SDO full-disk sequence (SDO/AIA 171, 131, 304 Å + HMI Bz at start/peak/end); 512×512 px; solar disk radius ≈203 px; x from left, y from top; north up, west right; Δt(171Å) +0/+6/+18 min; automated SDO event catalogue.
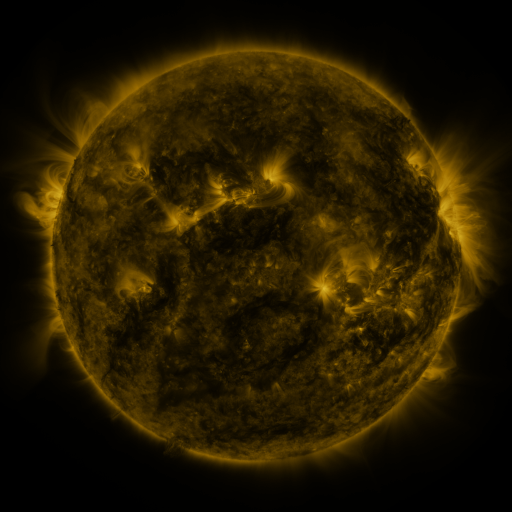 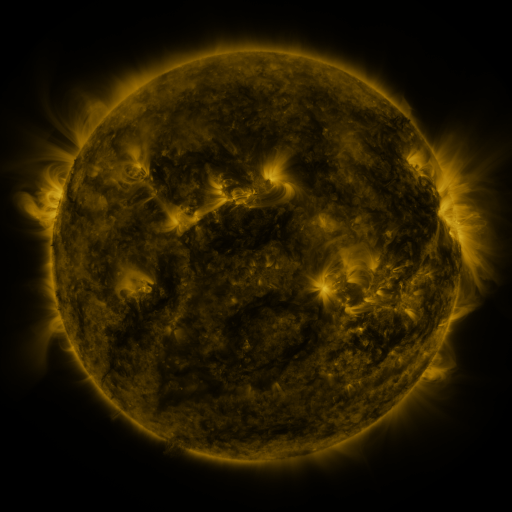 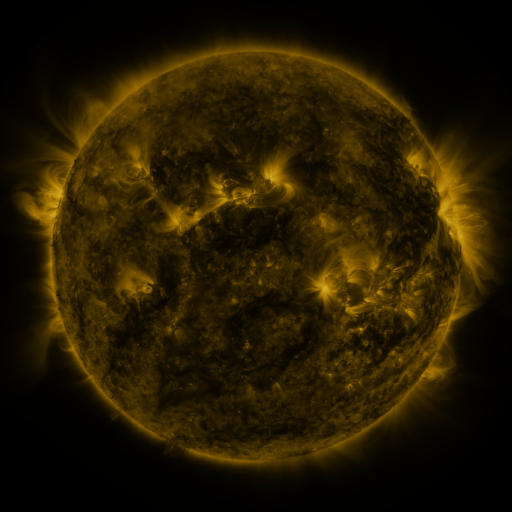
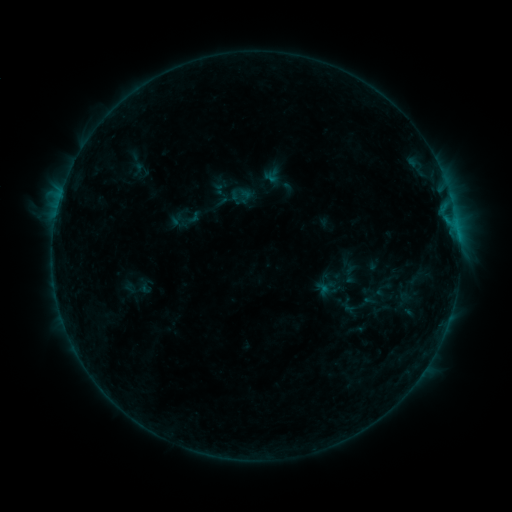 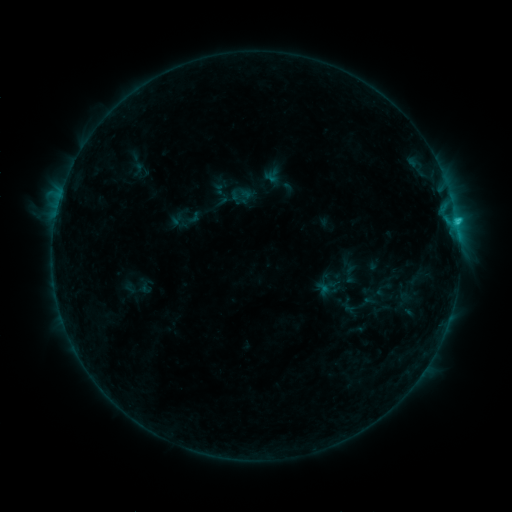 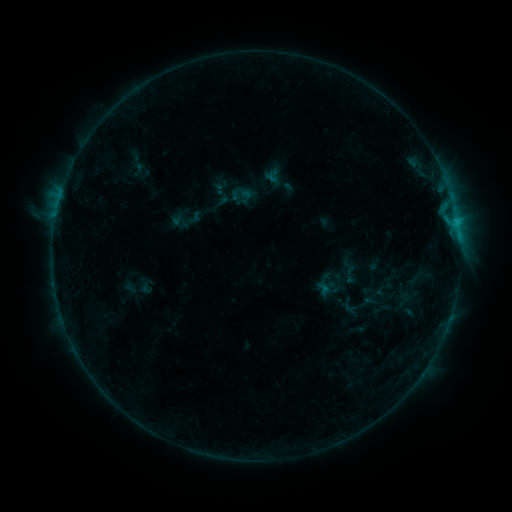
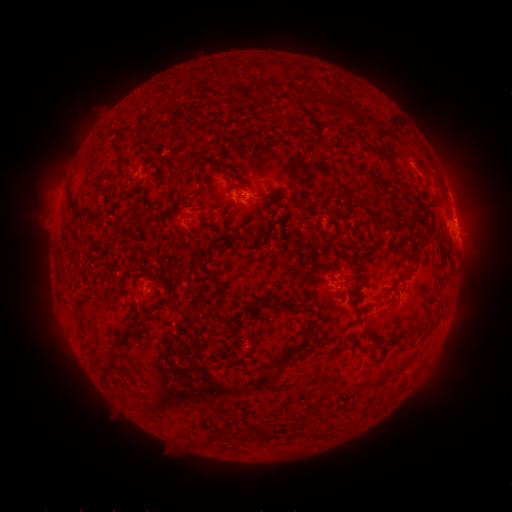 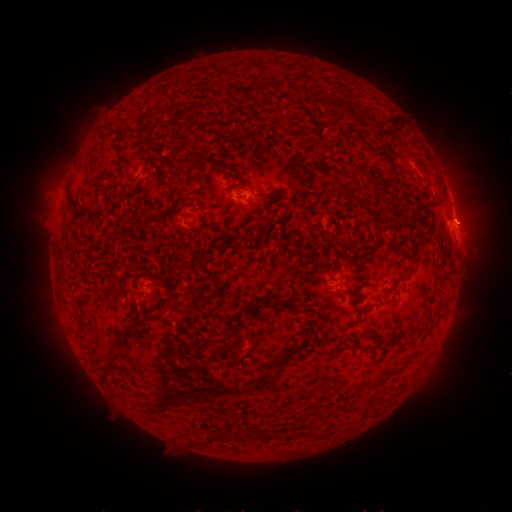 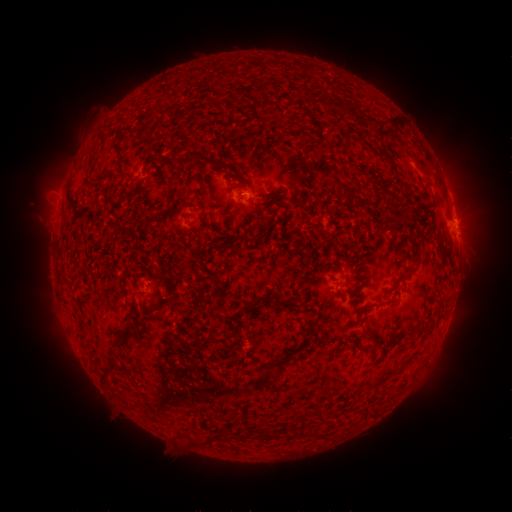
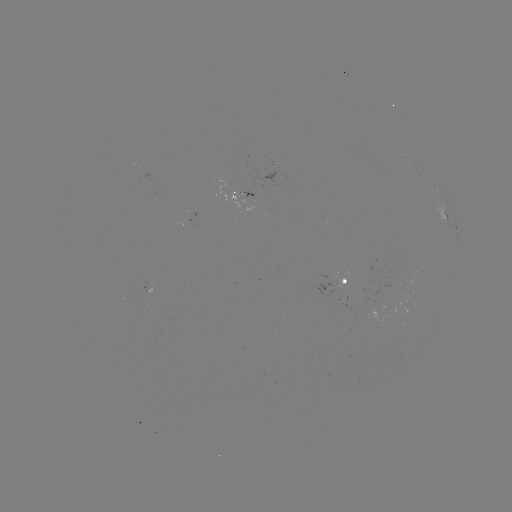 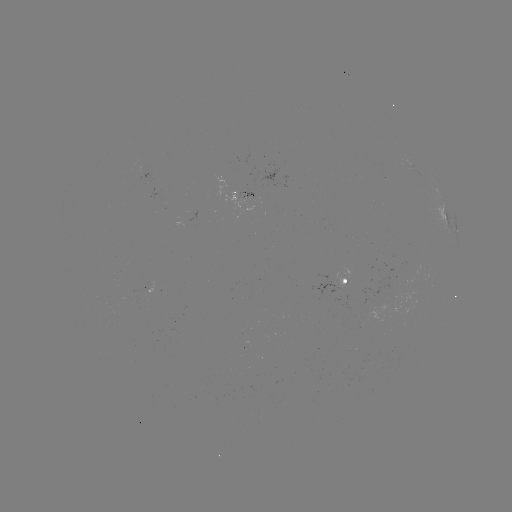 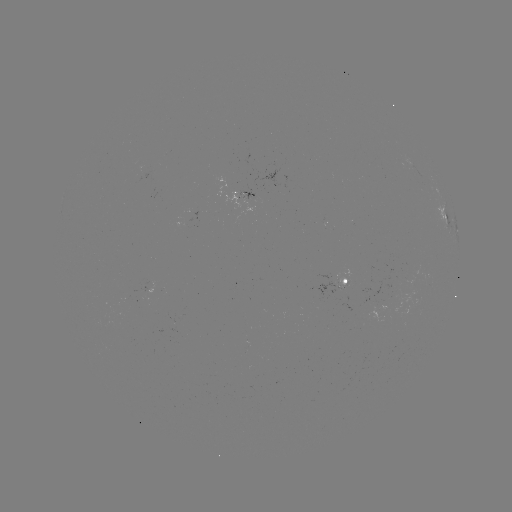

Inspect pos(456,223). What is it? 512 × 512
C1.1 flare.